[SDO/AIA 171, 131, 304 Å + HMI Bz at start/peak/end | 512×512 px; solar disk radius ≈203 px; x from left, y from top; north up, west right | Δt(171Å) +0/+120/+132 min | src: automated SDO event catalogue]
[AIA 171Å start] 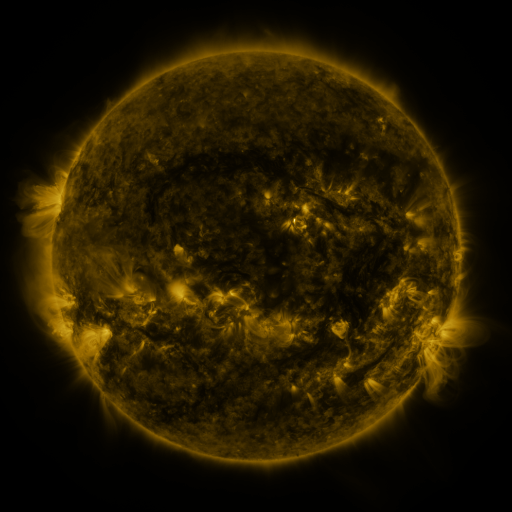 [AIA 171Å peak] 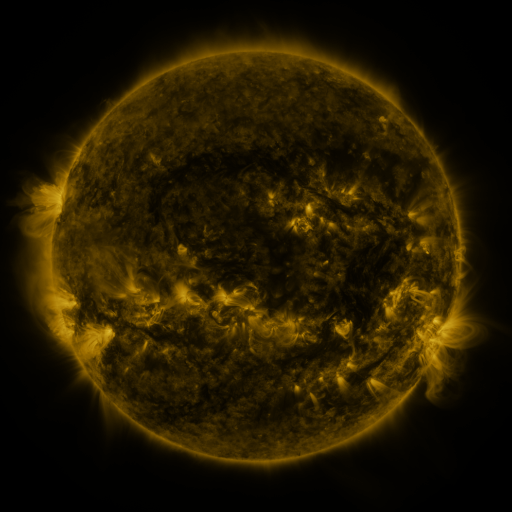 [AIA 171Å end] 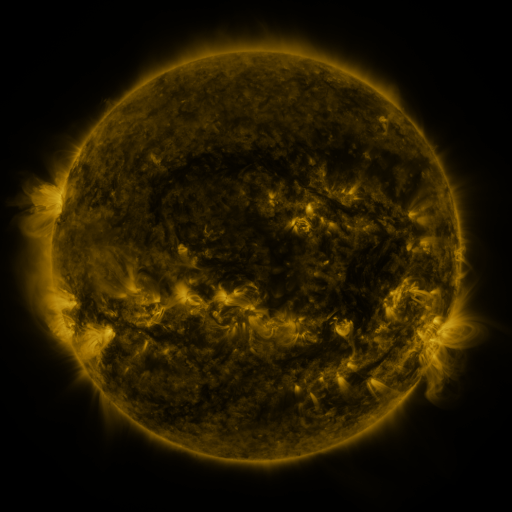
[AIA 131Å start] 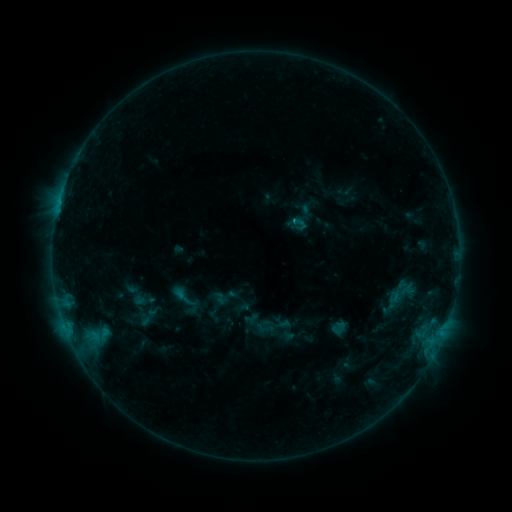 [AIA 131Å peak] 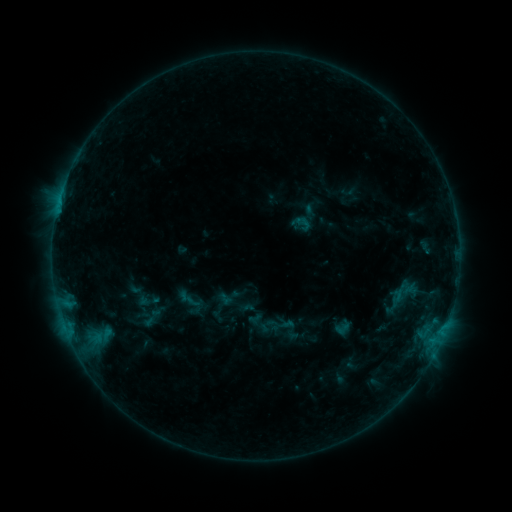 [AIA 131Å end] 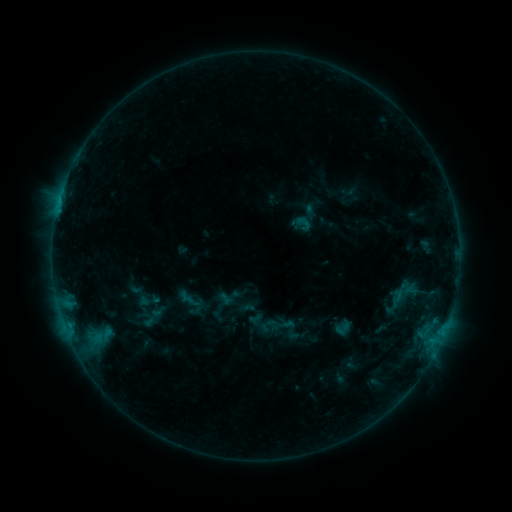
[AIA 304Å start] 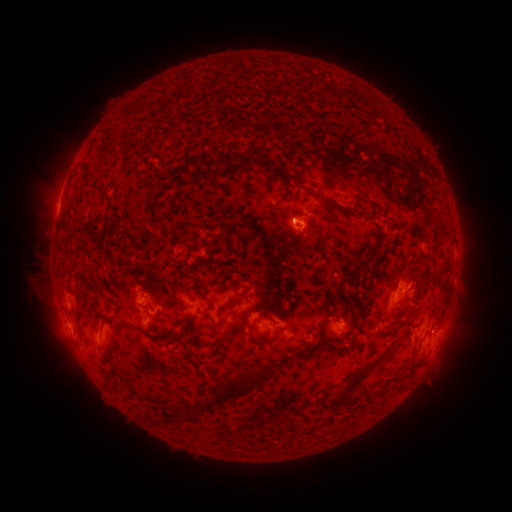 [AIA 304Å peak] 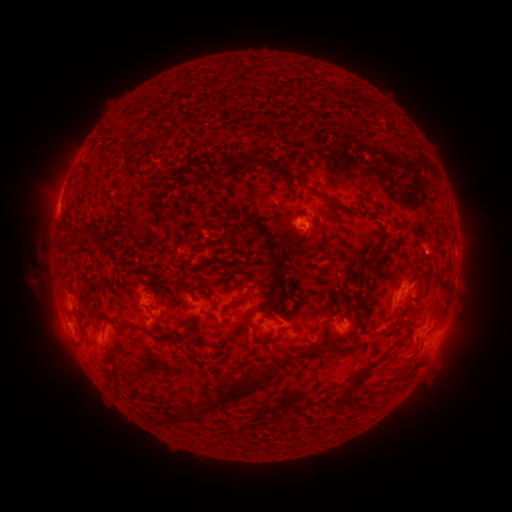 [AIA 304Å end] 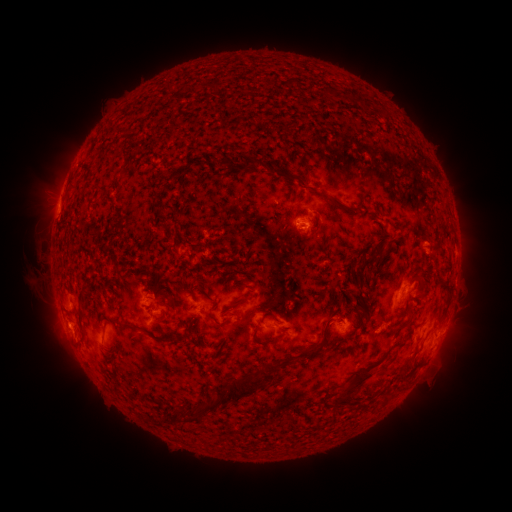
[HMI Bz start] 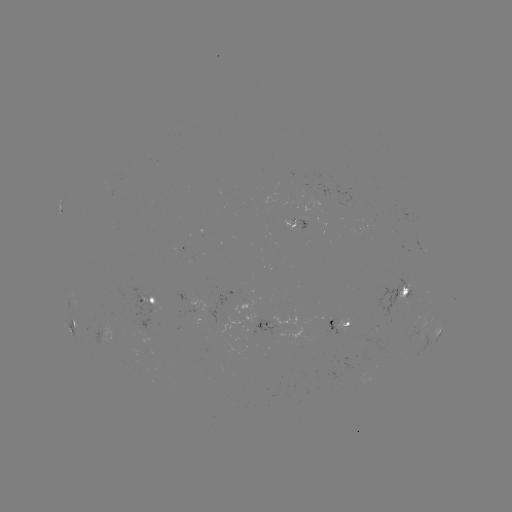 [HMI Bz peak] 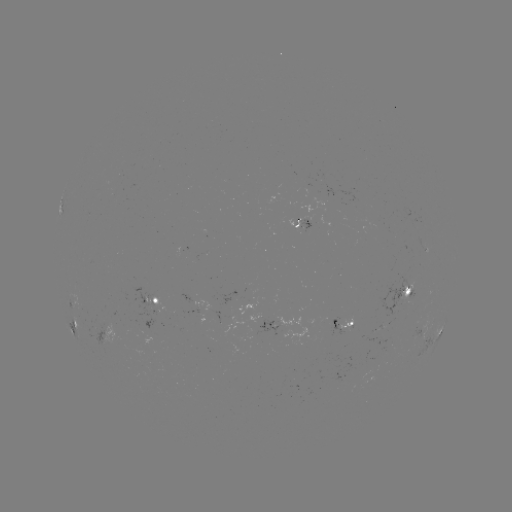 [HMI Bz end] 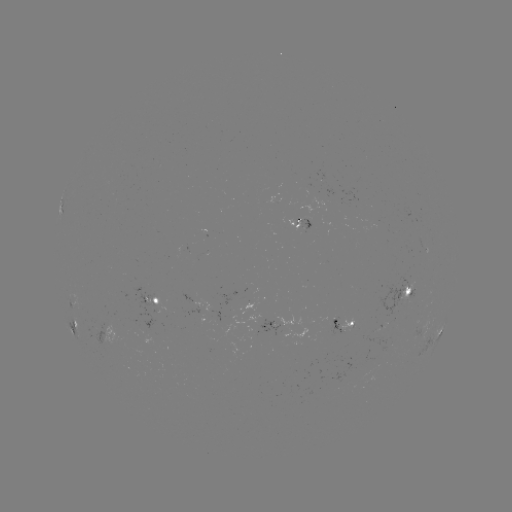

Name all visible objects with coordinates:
emerging-flux region: (309, 220)
